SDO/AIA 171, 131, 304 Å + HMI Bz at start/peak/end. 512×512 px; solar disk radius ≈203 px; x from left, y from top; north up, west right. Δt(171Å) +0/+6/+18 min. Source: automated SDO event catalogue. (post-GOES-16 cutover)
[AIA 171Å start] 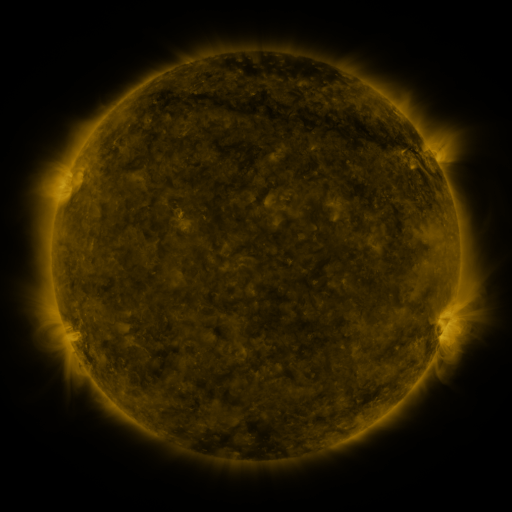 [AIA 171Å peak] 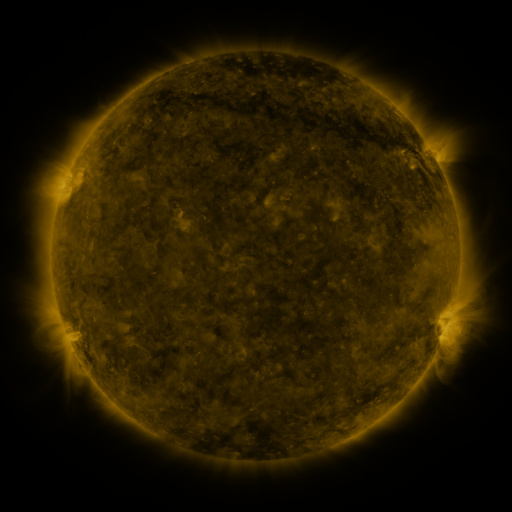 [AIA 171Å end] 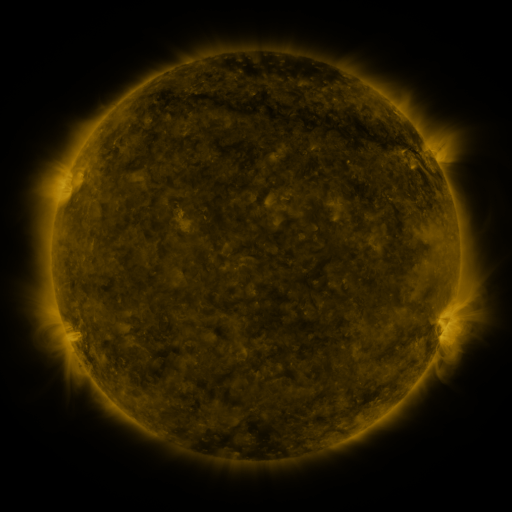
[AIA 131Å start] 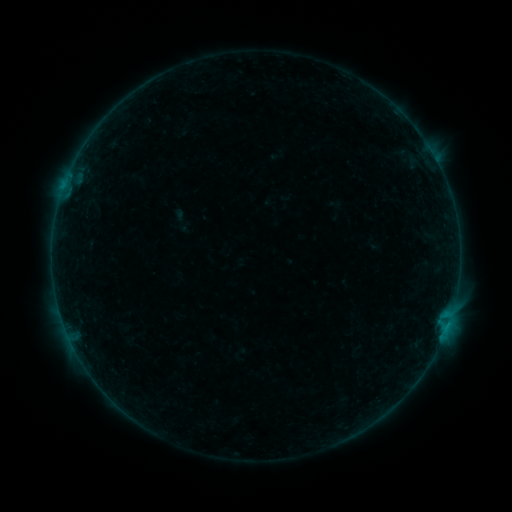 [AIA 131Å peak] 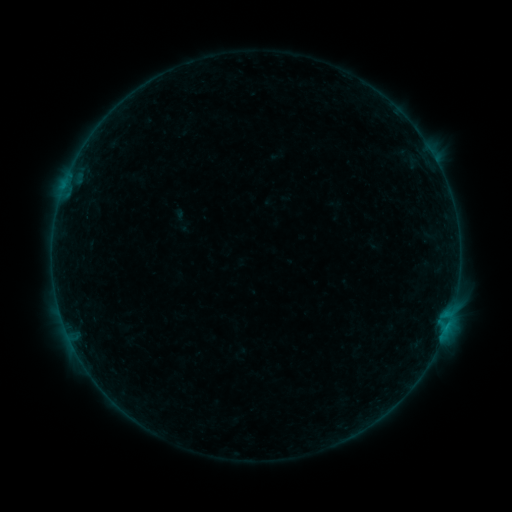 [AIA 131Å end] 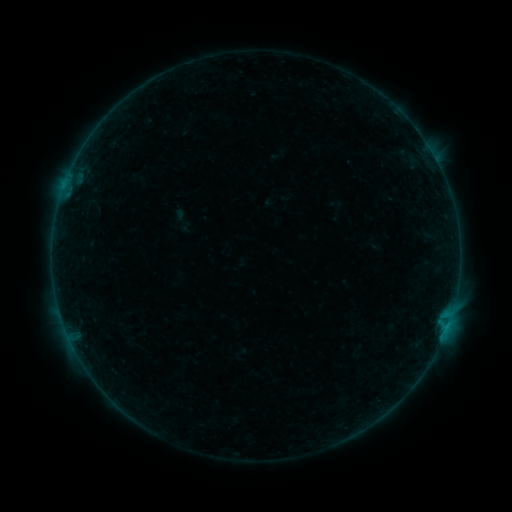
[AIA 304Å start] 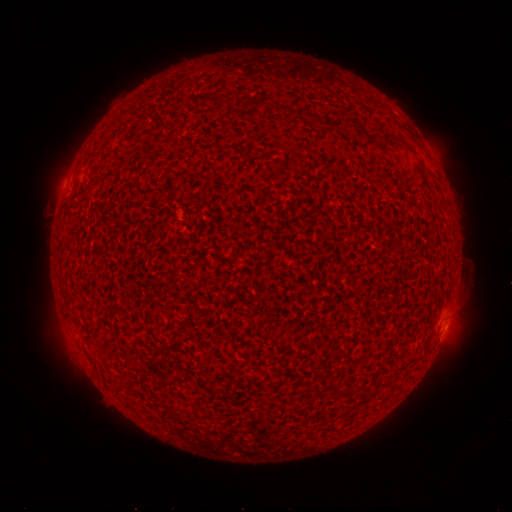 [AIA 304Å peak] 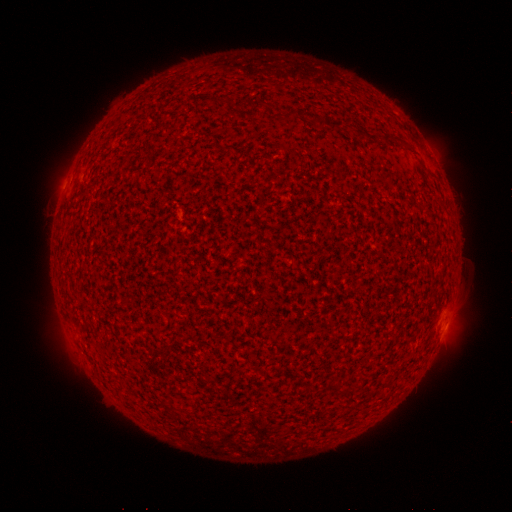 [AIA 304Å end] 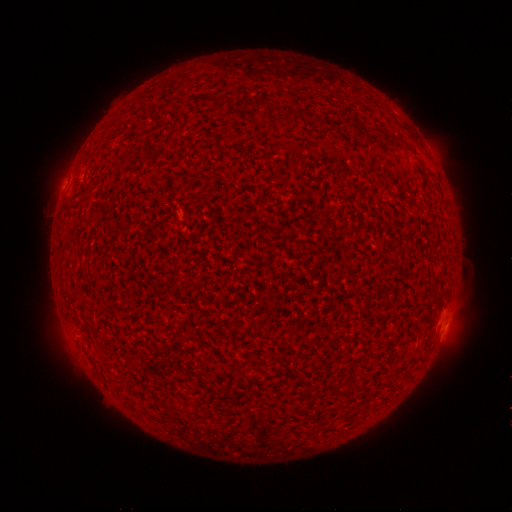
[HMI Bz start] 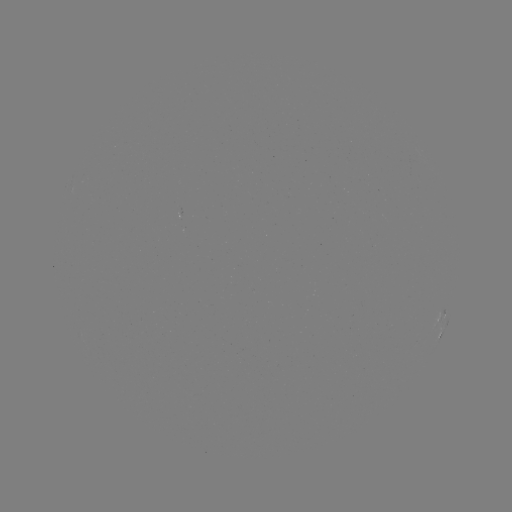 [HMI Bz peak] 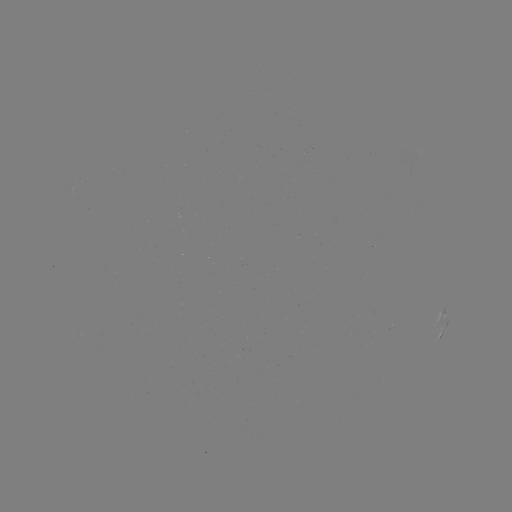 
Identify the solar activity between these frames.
B1.6 flare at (446, 325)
